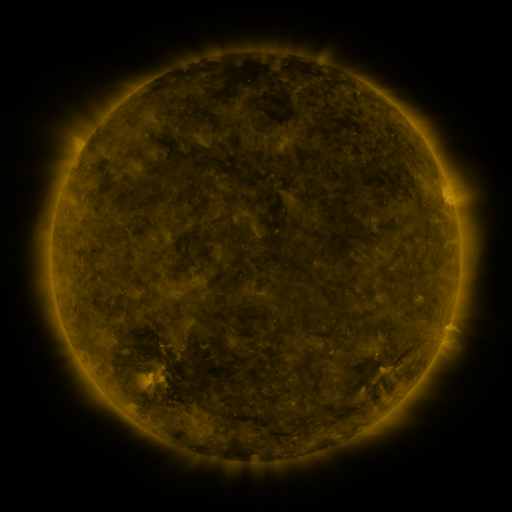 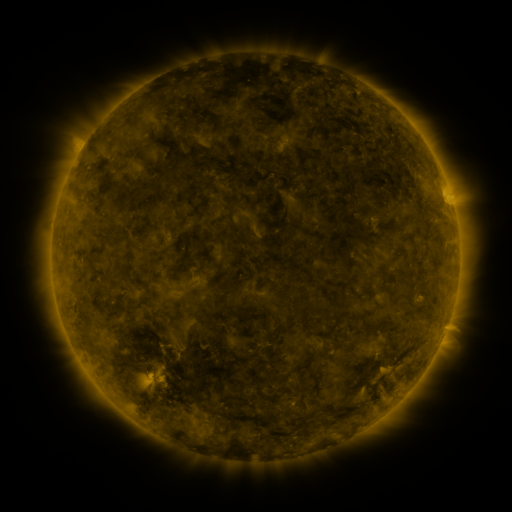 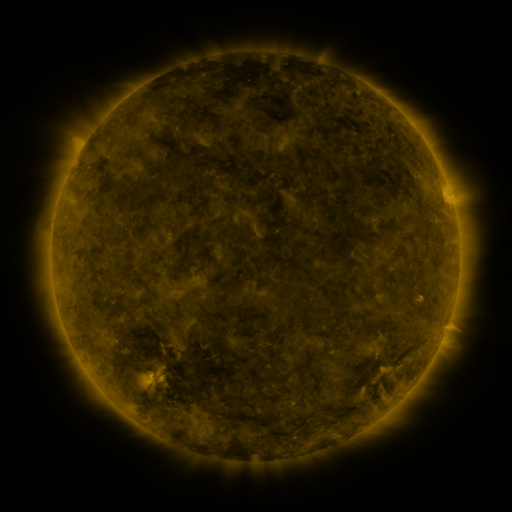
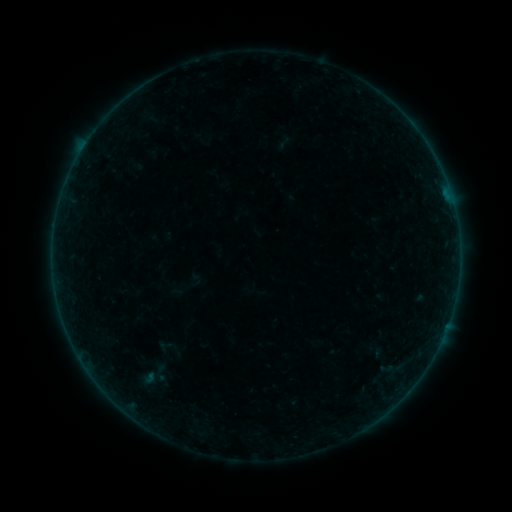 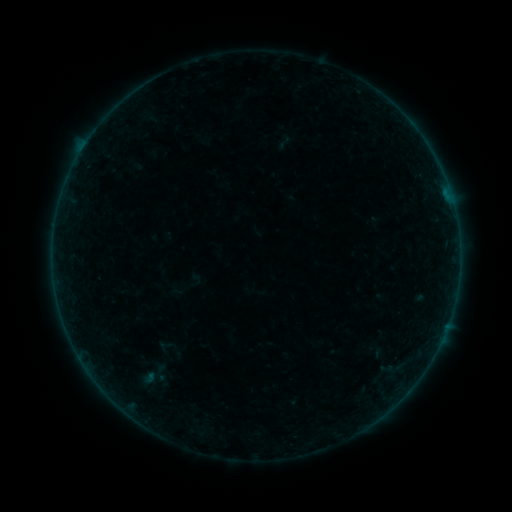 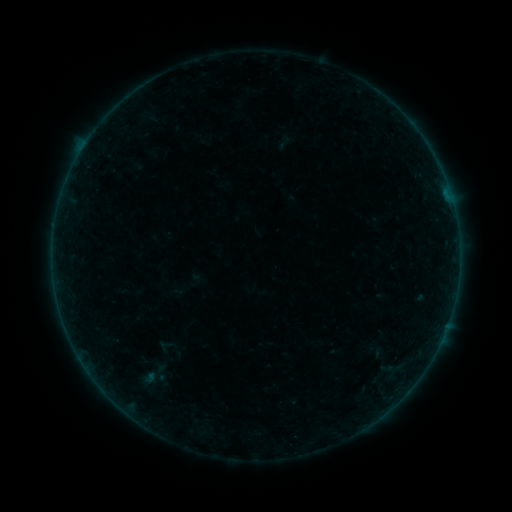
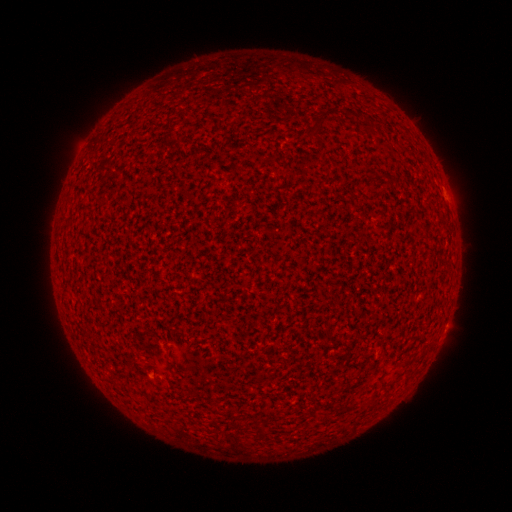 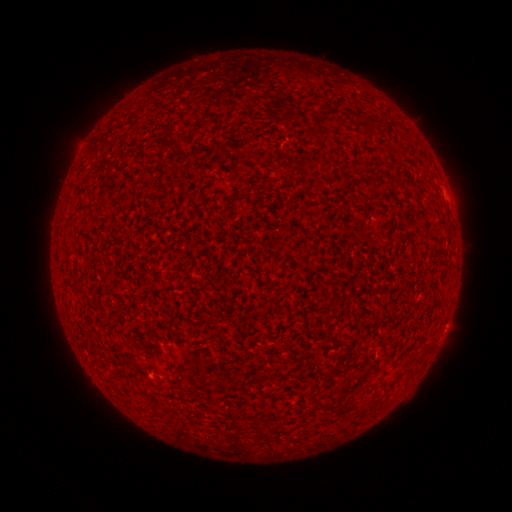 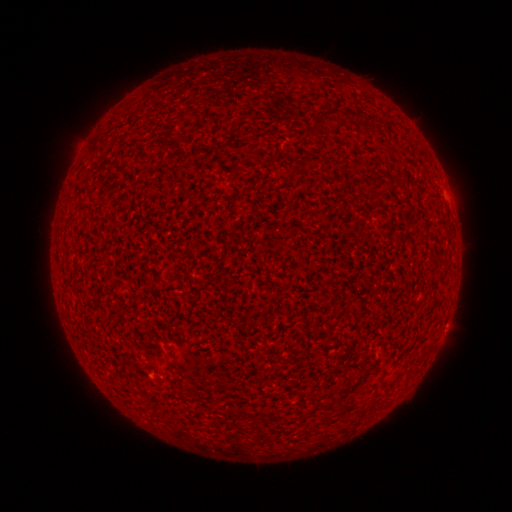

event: flare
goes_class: A1.7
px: (446, 193)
